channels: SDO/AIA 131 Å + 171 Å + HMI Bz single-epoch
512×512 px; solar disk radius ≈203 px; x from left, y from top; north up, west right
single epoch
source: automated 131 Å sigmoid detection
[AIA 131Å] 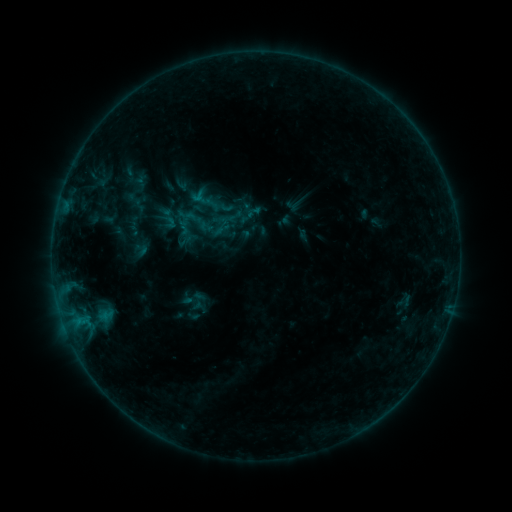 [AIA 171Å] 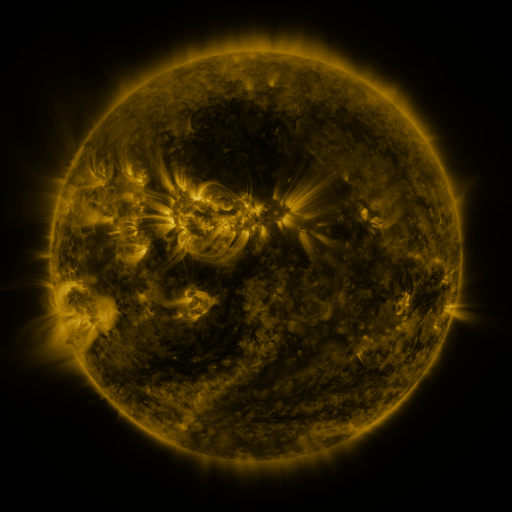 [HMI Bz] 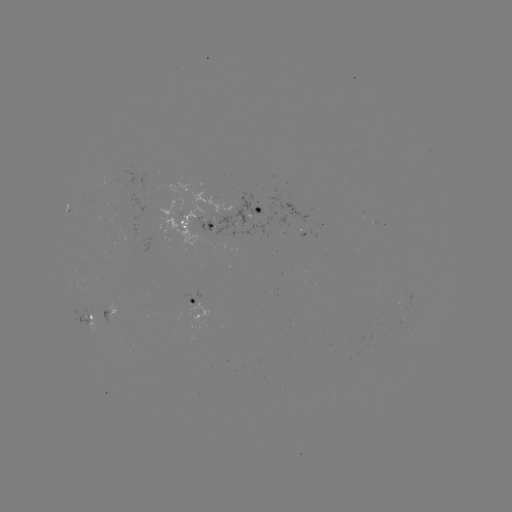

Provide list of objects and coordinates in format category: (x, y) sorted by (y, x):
sigmoid: (226, 206)
sigmoid: (141, 250)
